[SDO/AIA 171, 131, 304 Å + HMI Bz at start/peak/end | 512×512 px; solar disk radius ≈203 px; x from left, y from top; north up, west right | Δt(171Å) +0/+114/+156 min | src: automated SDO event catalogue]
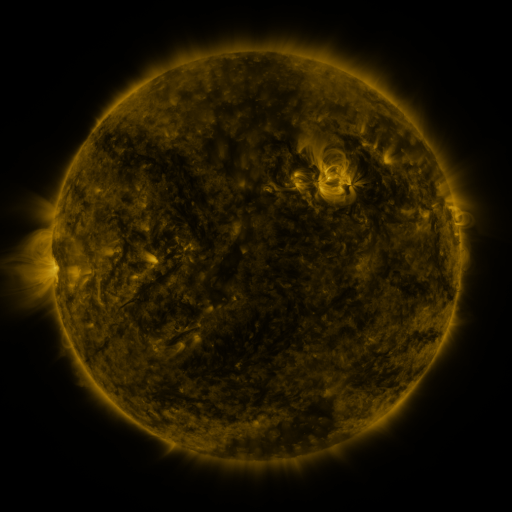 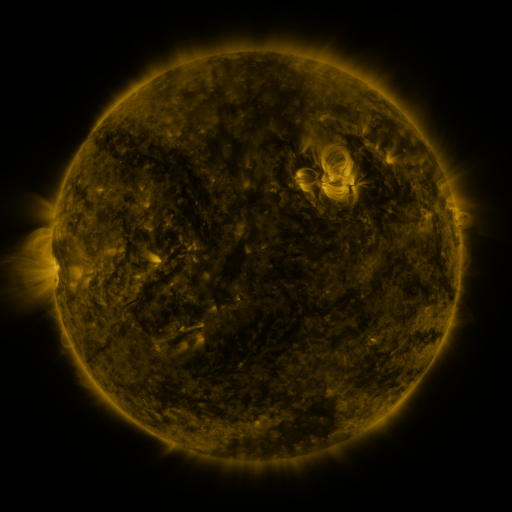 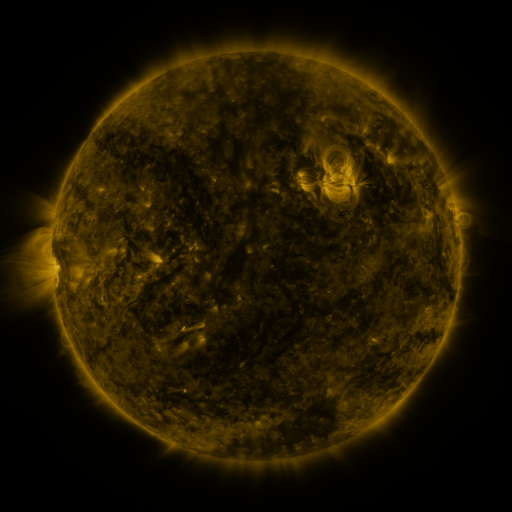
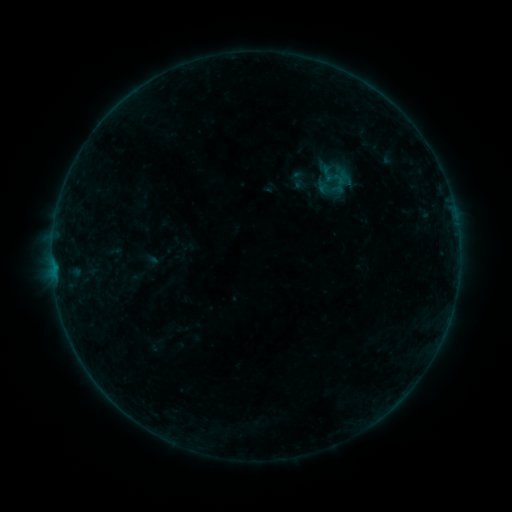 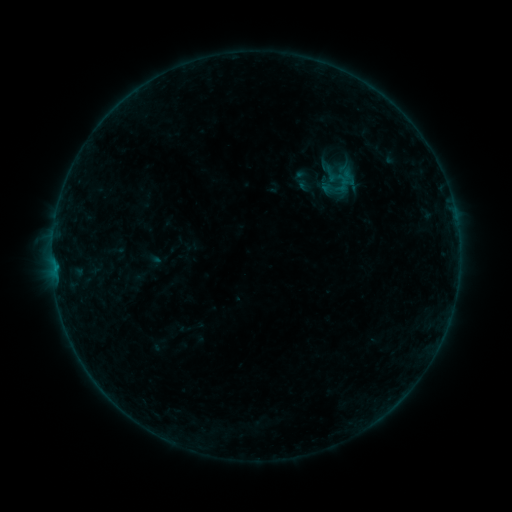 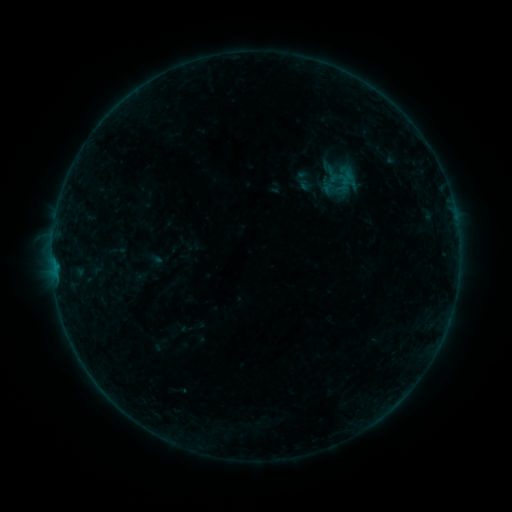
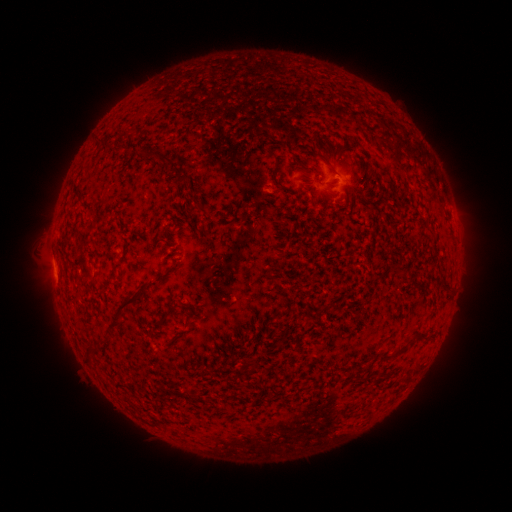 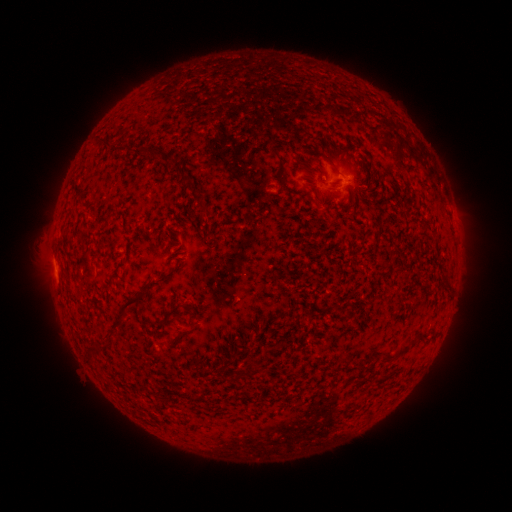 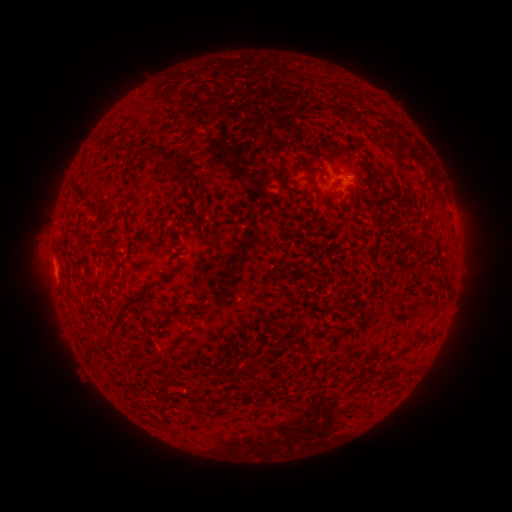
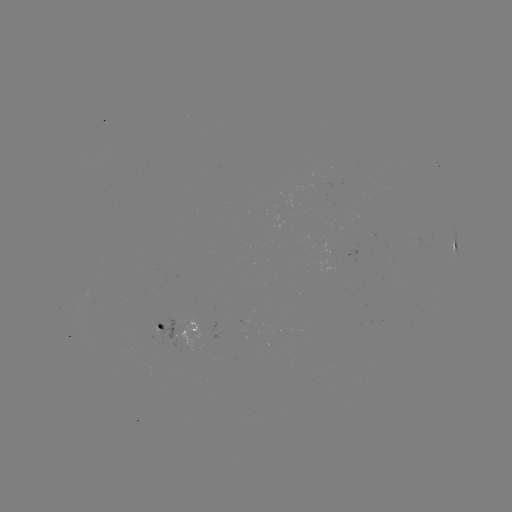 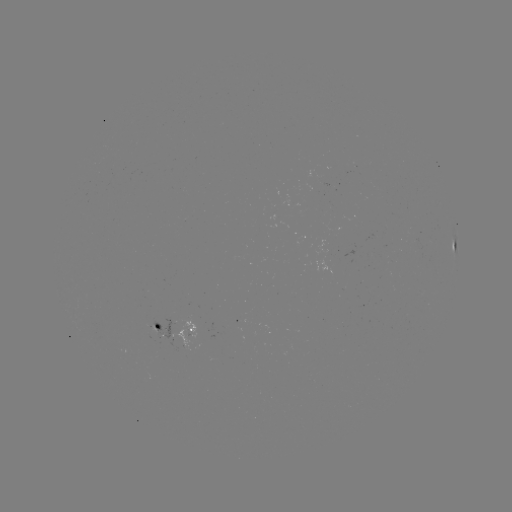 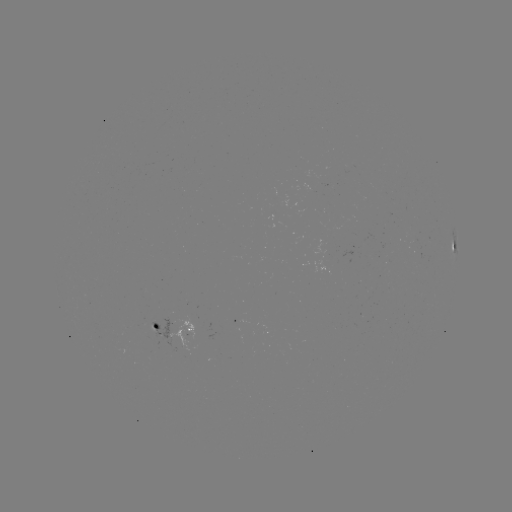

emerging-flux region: [178, 322, 191, 327]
